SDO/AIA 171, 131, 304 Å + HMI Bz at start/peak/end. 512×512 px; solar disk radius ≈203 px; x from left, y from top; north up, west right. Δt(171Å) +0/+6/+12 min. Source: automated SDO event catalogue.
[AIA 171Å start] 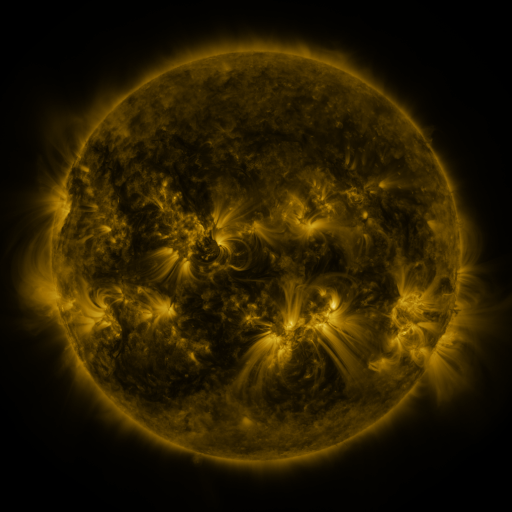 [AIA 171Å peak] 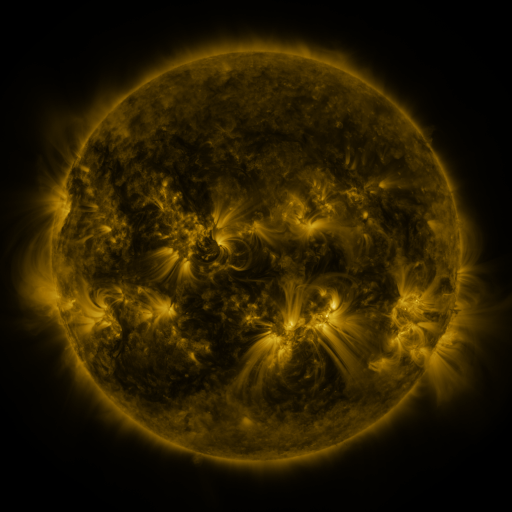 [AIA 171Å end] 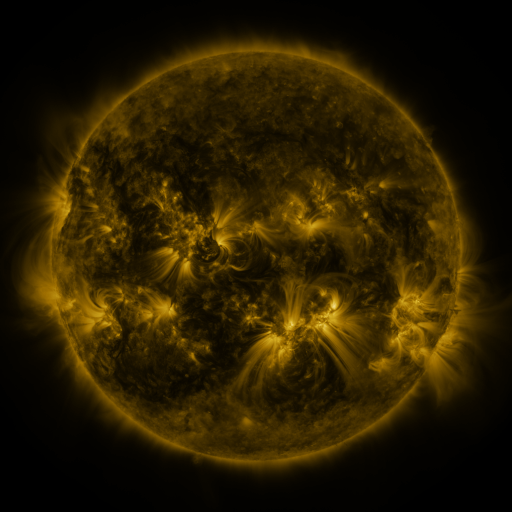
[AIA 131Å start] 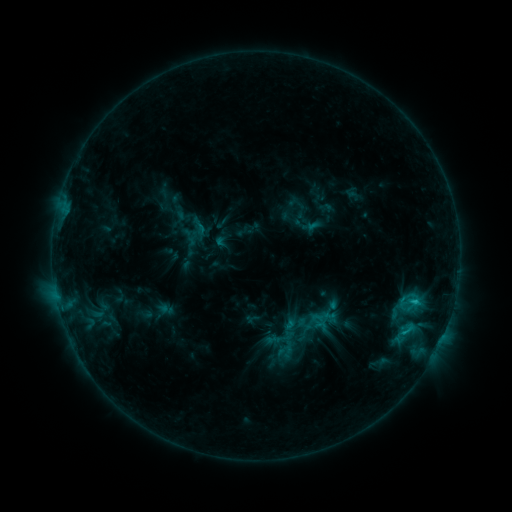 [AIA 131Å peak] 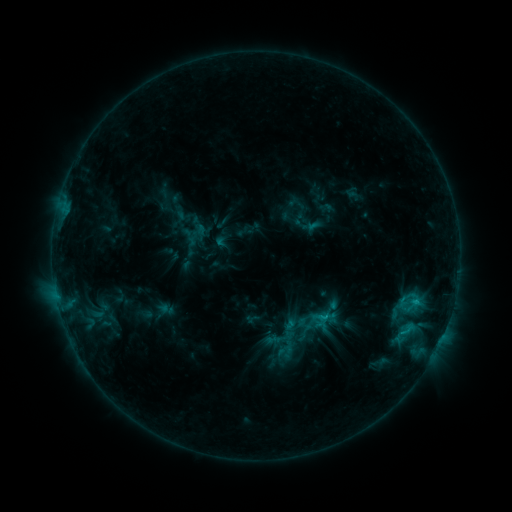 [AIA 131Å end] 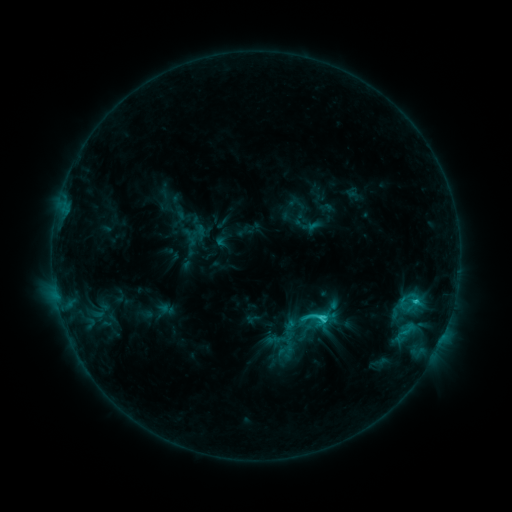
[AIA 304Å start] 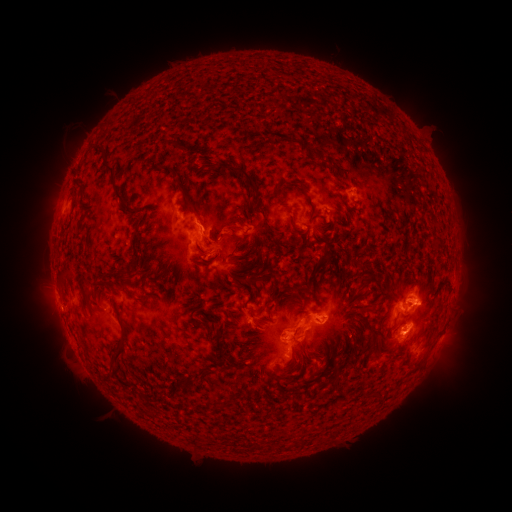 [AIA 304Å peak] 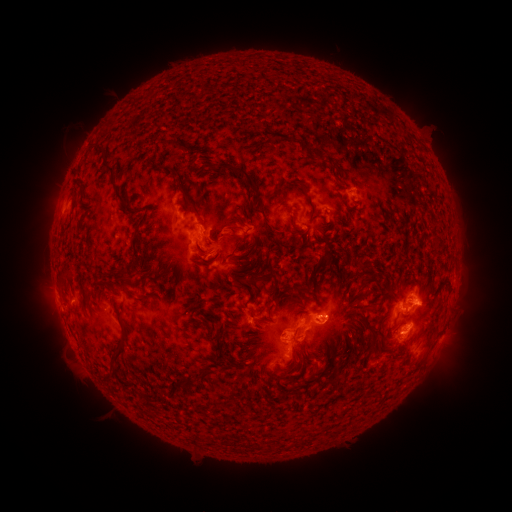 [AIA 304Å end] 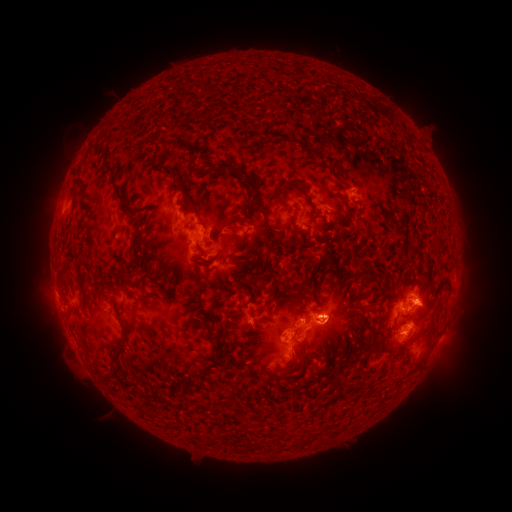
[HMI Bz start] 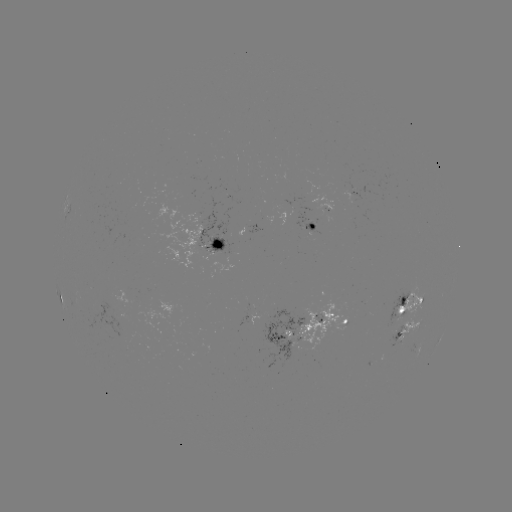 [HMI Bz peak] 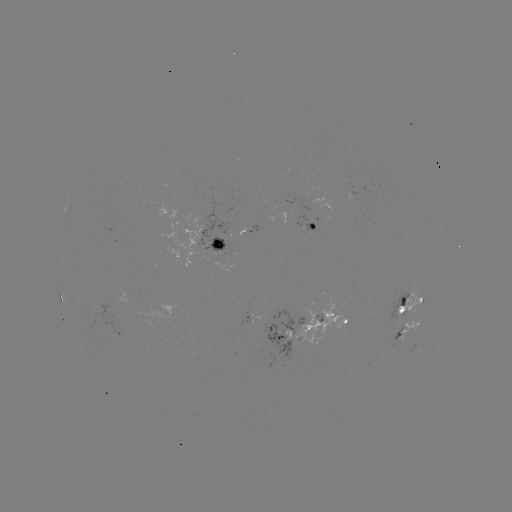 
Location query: C3.4 flare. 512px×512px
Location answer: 323,316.